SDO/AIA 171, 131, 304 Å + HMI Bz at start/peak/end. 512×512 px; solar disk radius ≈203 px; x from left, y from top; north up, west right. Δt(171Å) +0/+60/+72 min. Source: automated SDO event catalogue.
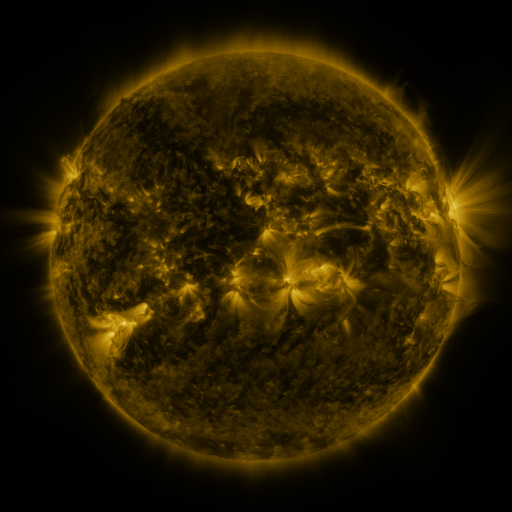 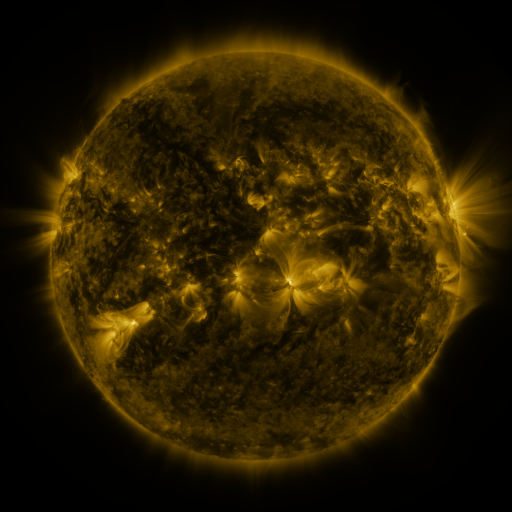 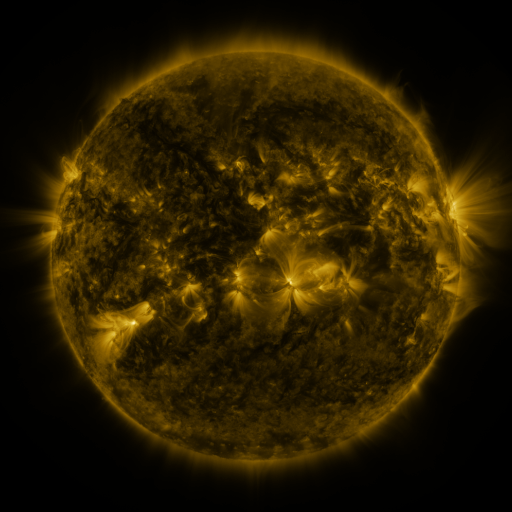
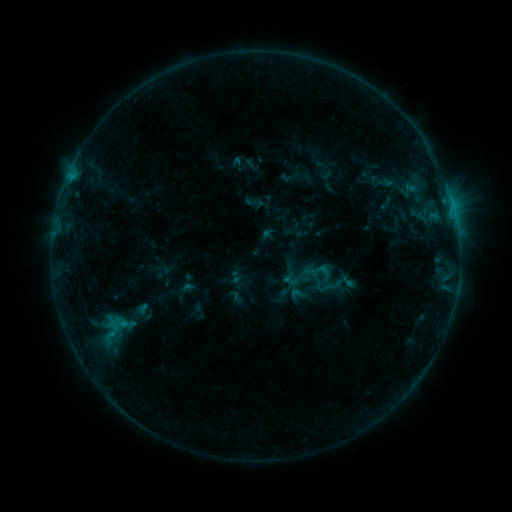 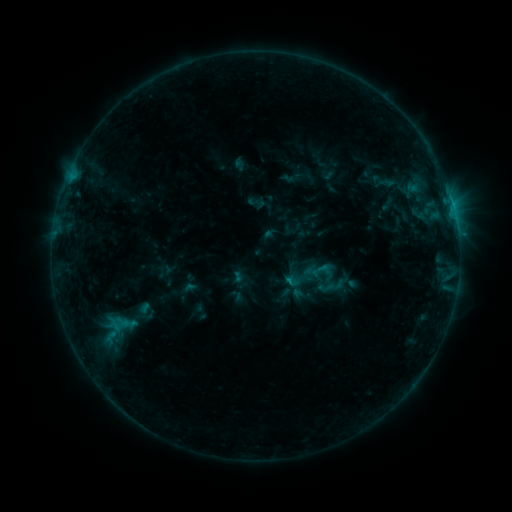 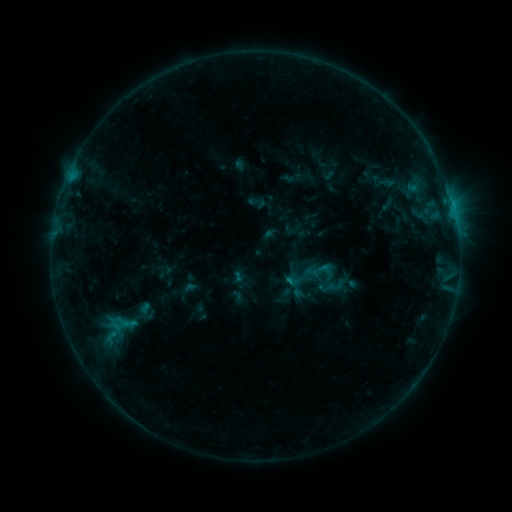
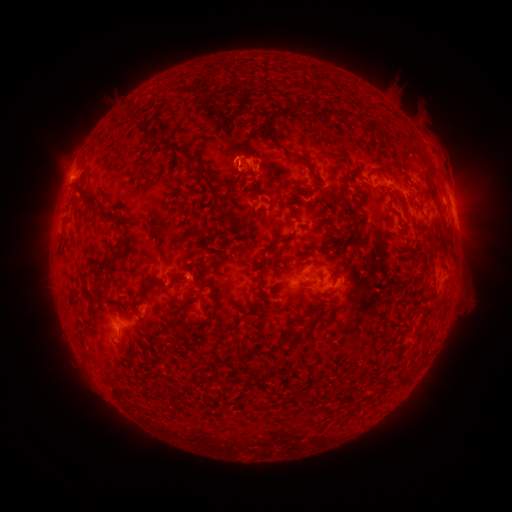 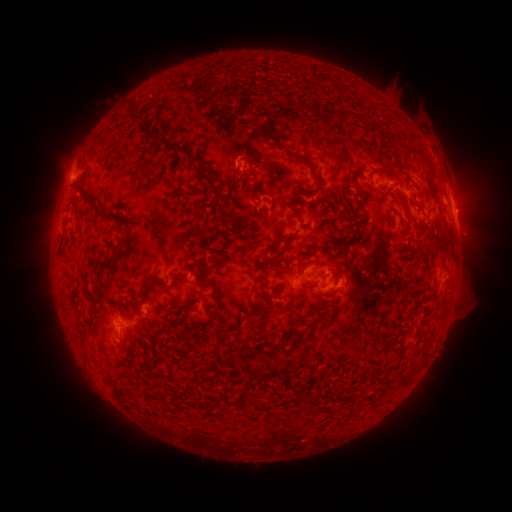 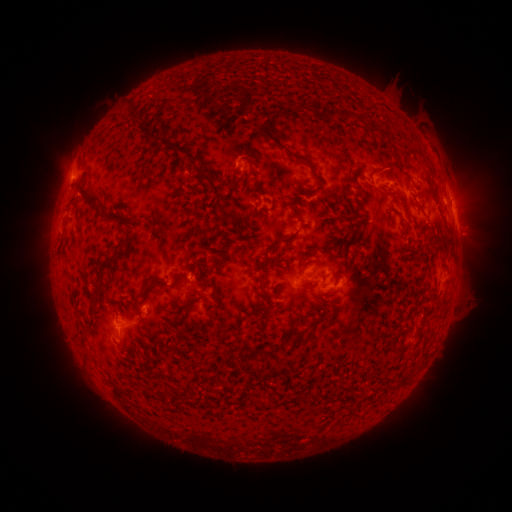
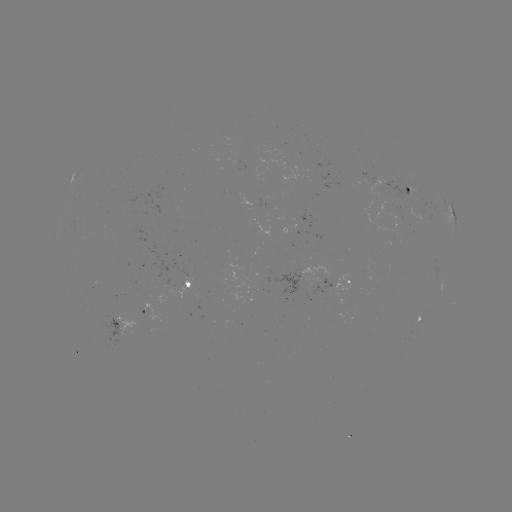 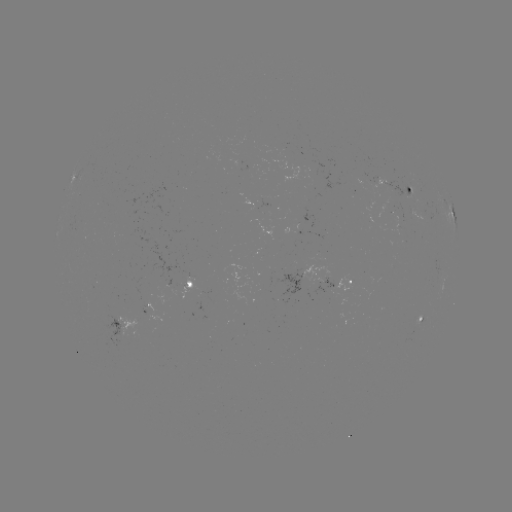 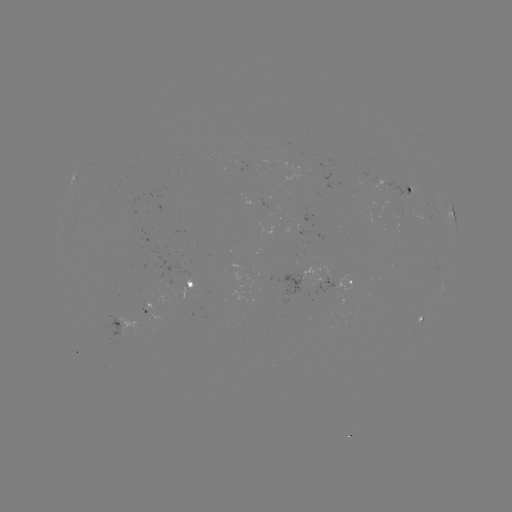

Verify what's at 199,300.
emerging-flux region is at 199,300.